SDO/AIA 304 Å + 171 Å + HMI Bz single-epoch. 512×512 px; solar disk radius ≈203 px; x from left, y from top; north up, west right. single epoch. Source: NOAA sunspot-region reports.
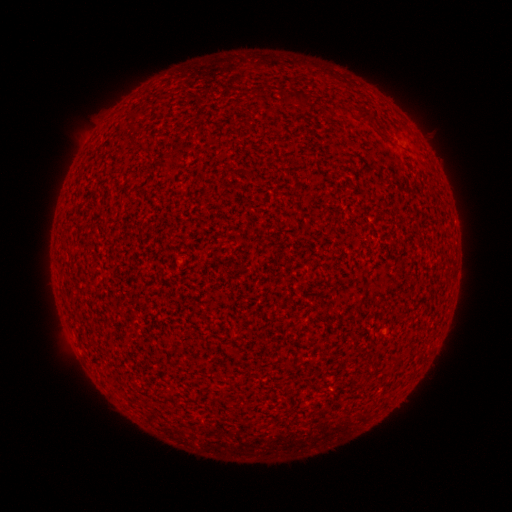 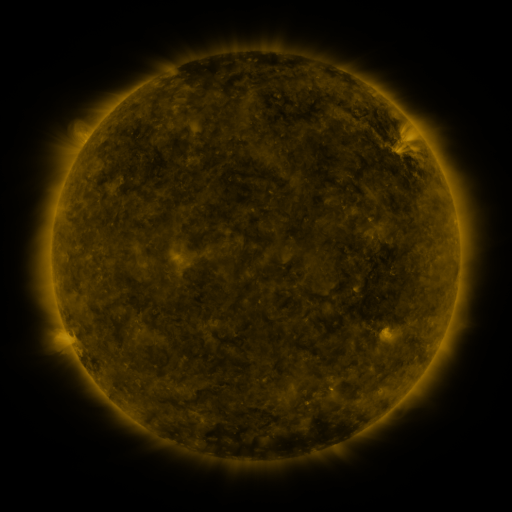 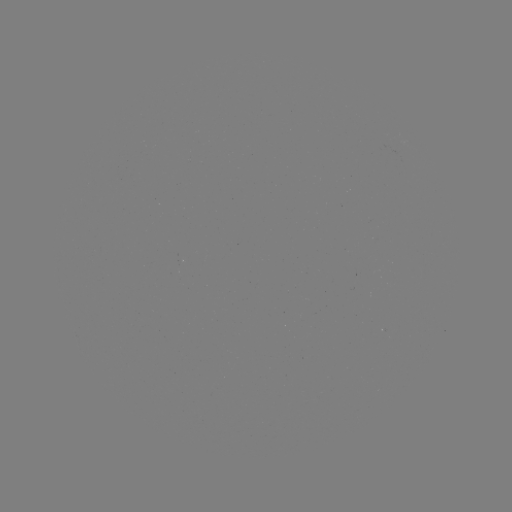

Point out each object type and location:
(none)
